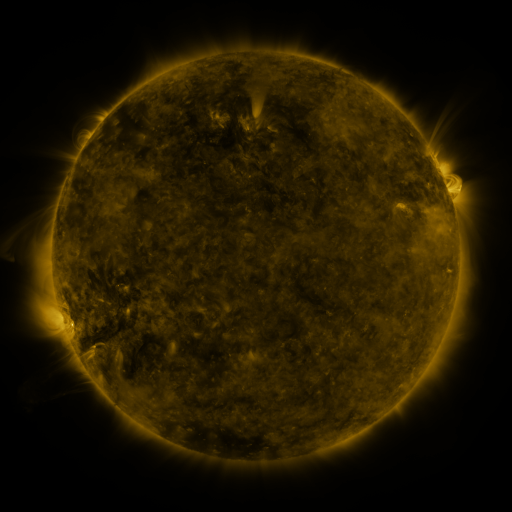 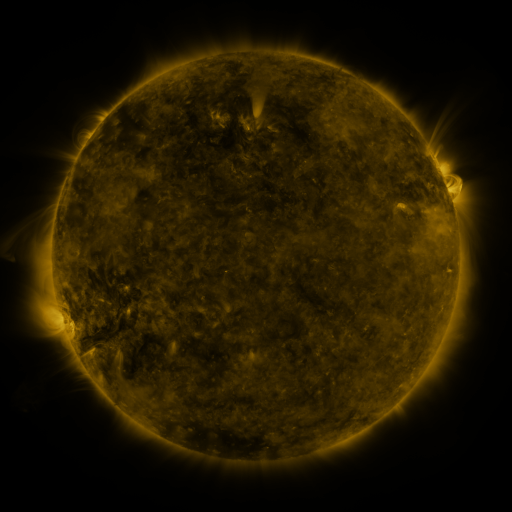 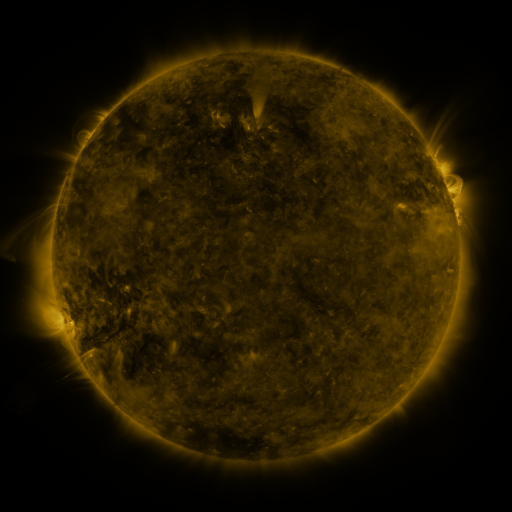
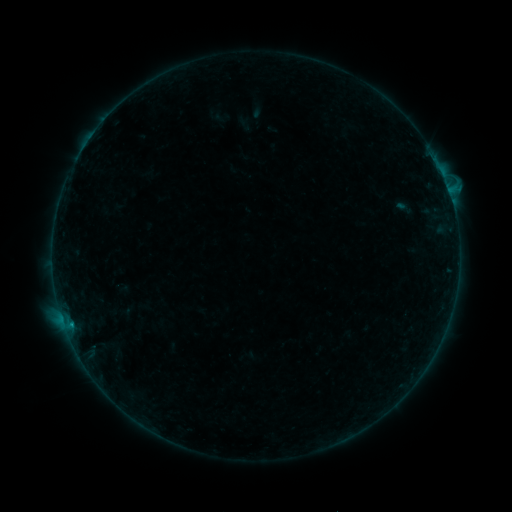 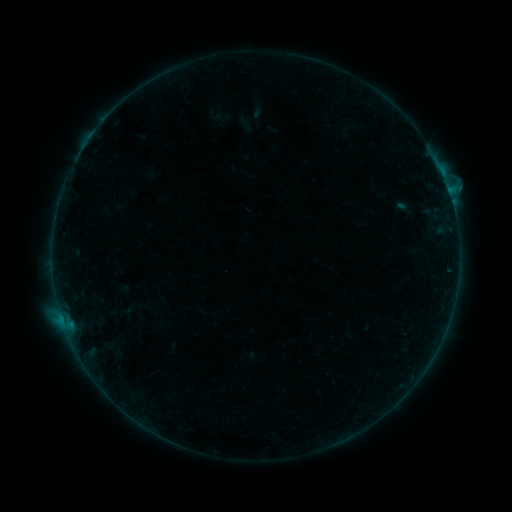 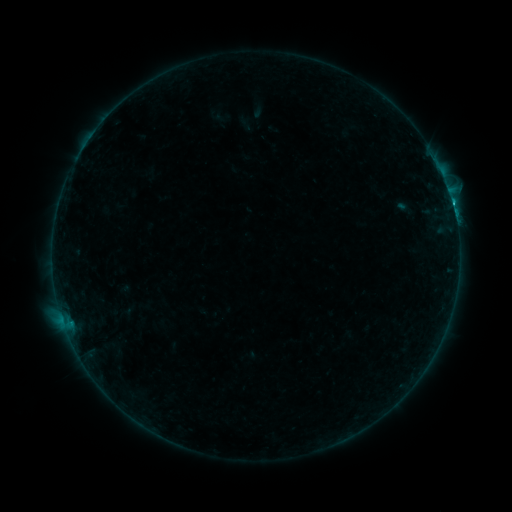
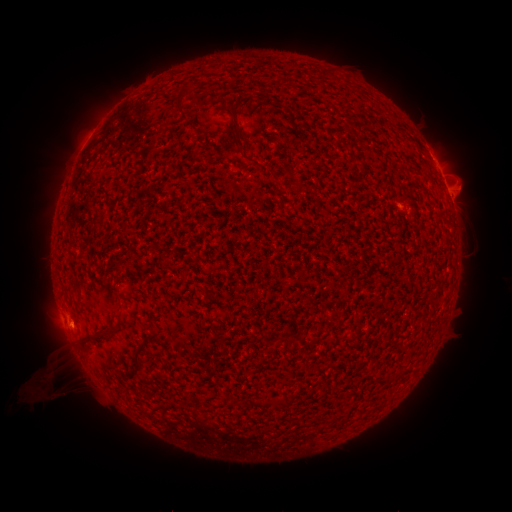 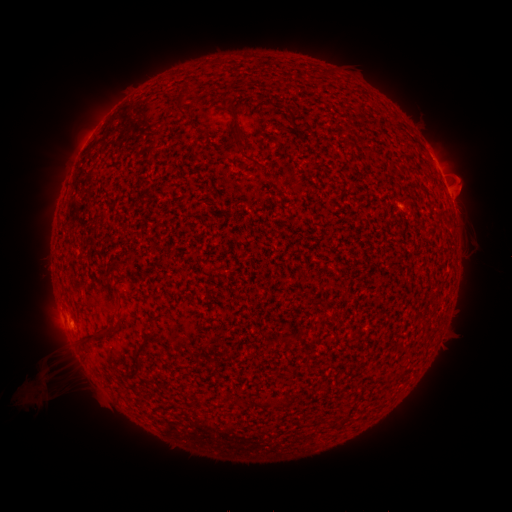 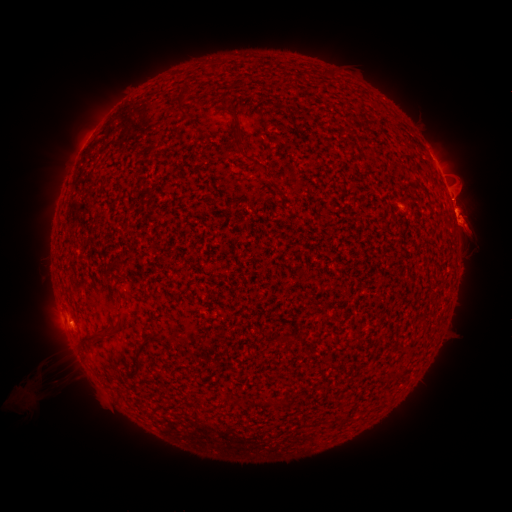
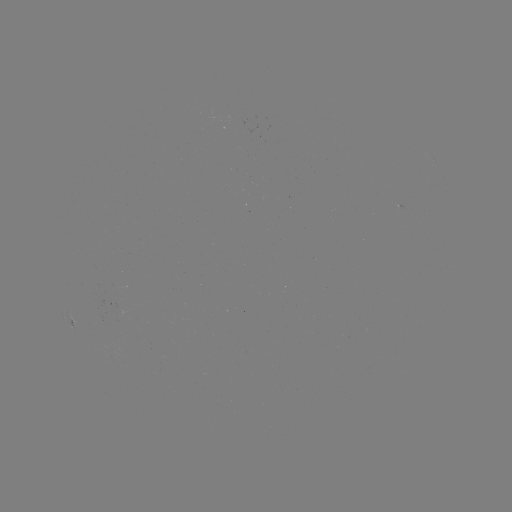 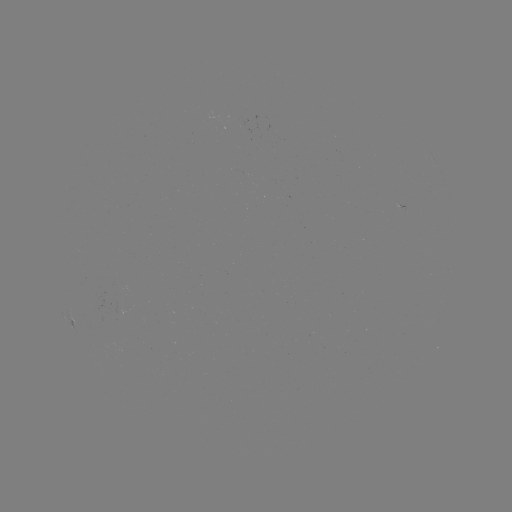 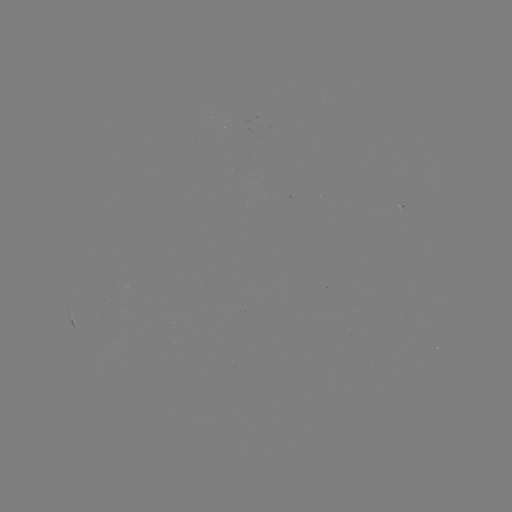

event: eruption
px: (33, 394)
